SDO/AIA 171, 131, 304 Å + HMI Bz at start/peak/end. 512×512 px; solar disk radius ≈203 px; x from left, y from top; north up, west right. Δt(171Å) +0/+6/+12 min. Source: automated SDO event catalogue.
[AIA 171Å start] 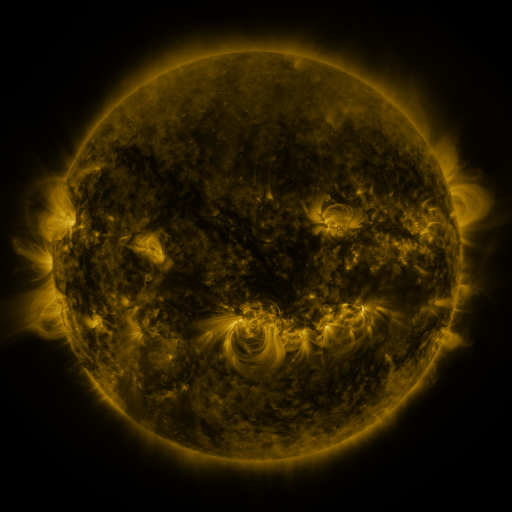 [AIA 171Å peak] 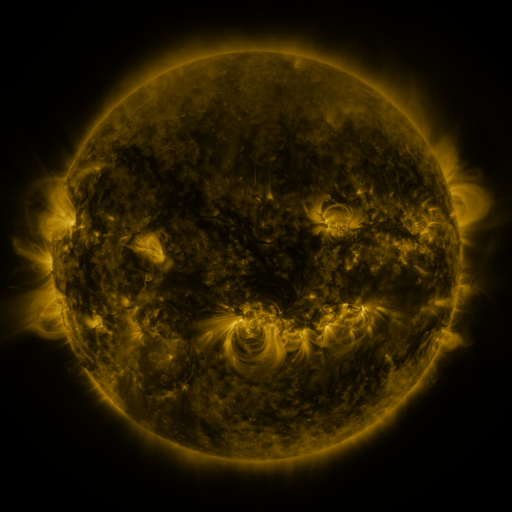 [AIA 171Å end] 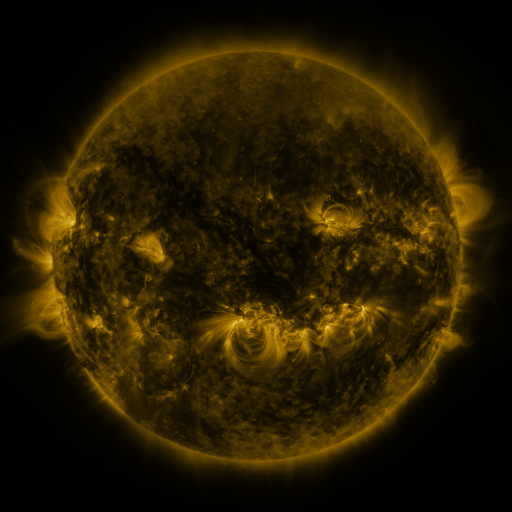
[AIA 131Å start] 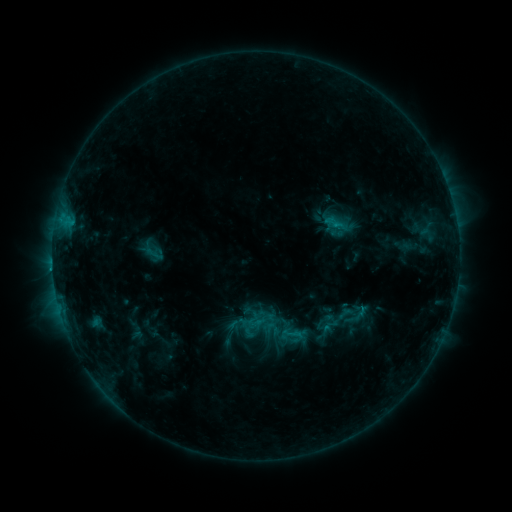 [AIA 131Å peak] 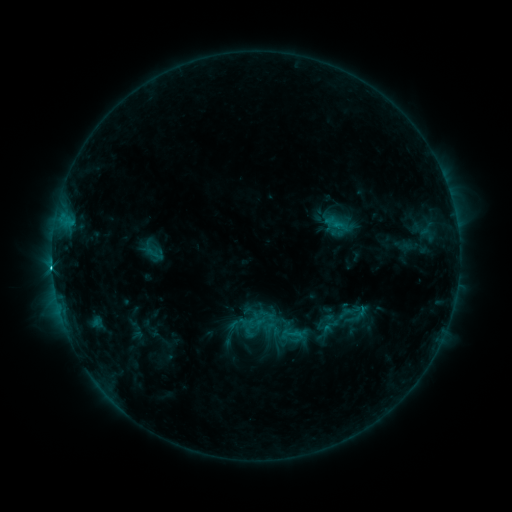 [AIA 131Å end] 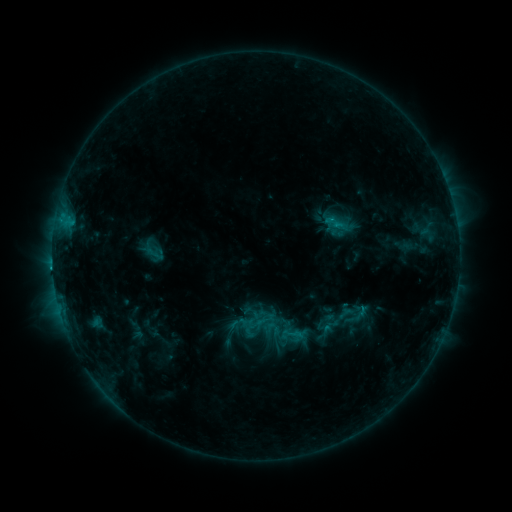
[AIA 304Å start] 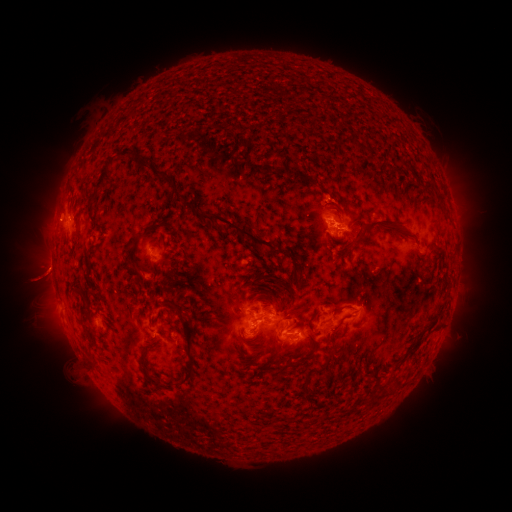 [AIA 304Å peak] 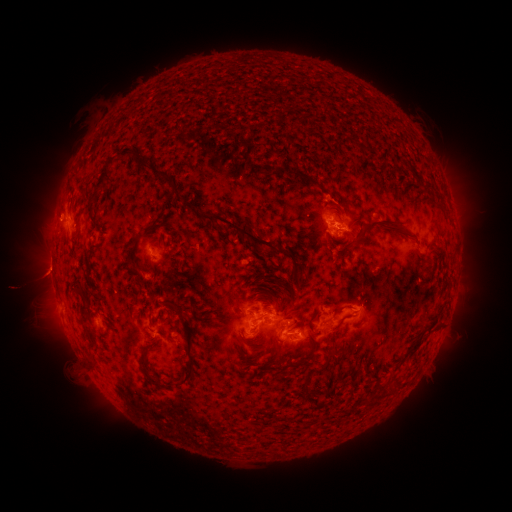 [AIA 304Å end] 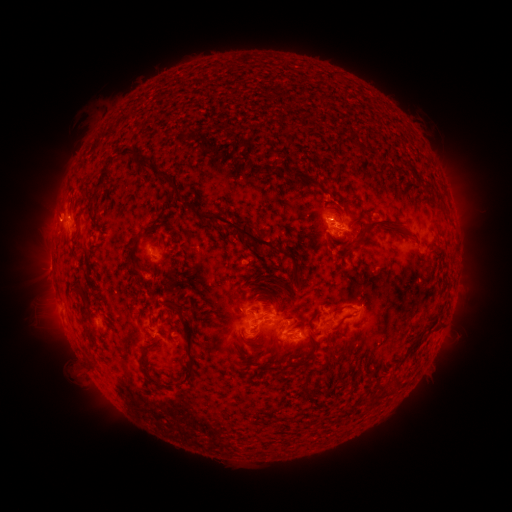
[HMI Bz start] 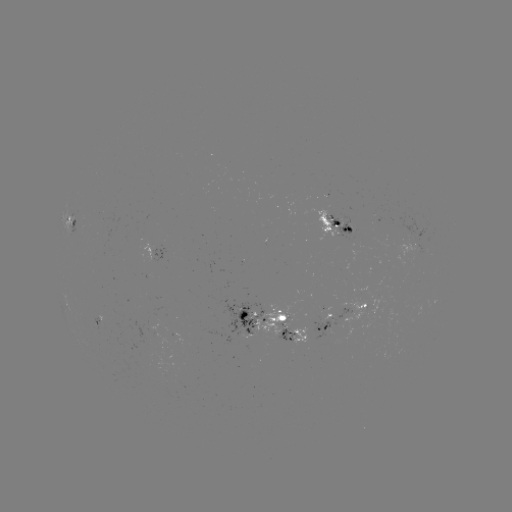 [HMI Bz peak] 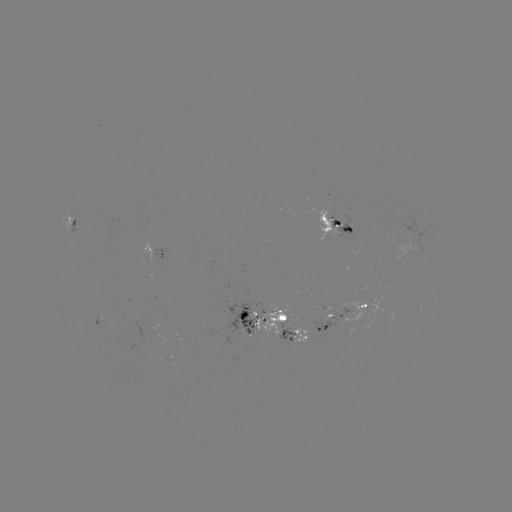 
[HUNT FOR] C3.5 flare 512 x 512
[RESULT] (53, 266)